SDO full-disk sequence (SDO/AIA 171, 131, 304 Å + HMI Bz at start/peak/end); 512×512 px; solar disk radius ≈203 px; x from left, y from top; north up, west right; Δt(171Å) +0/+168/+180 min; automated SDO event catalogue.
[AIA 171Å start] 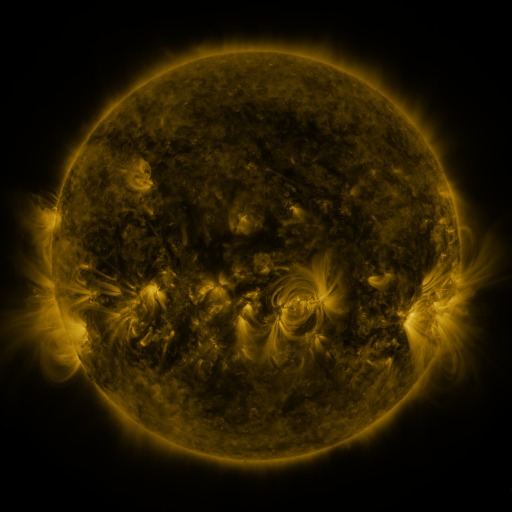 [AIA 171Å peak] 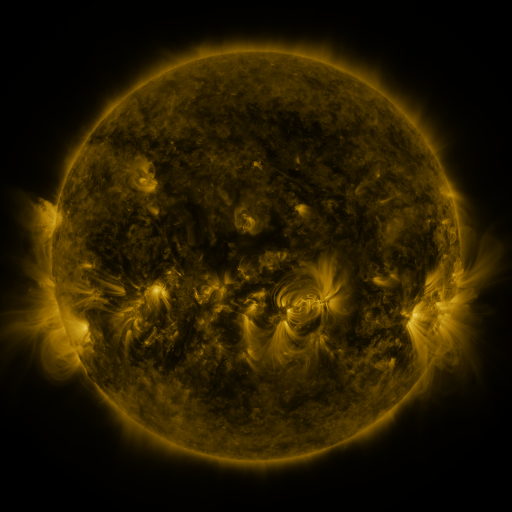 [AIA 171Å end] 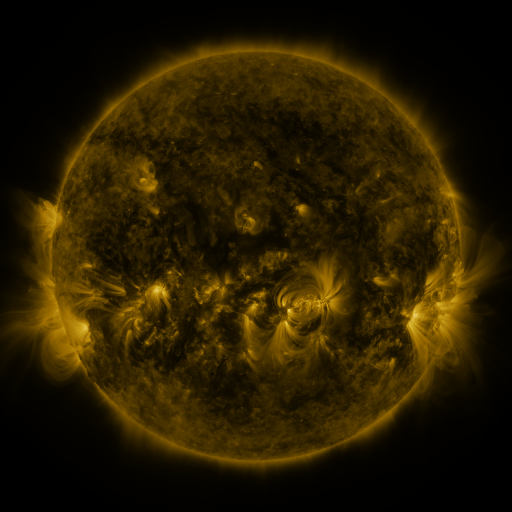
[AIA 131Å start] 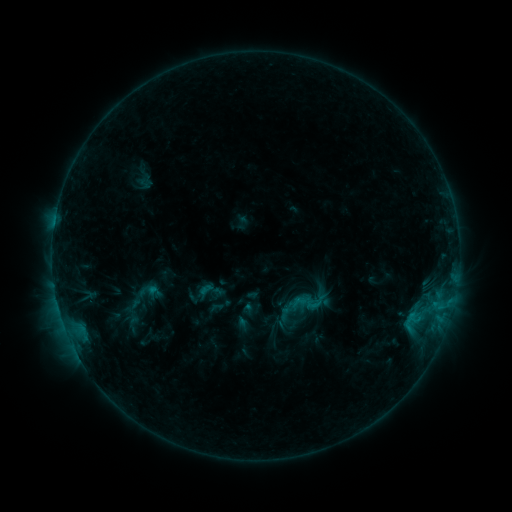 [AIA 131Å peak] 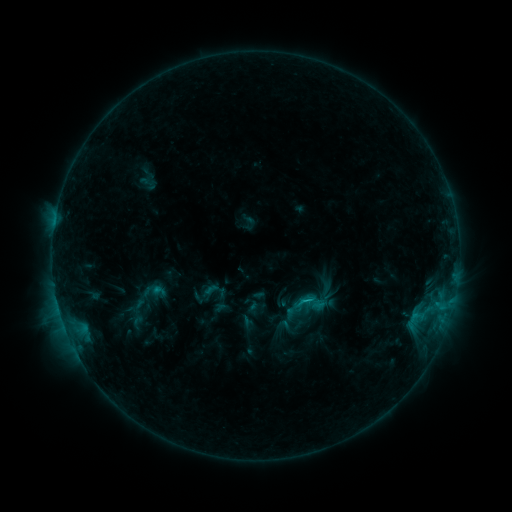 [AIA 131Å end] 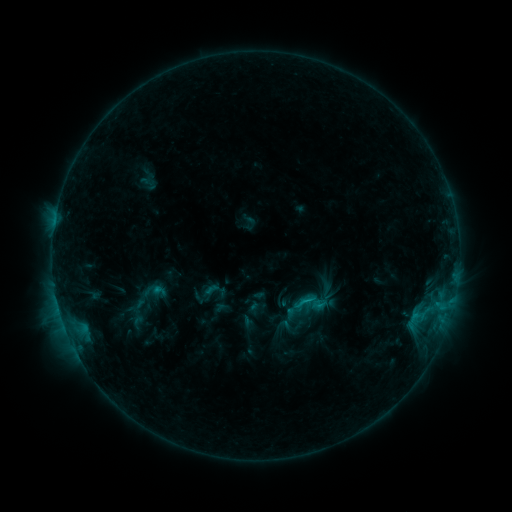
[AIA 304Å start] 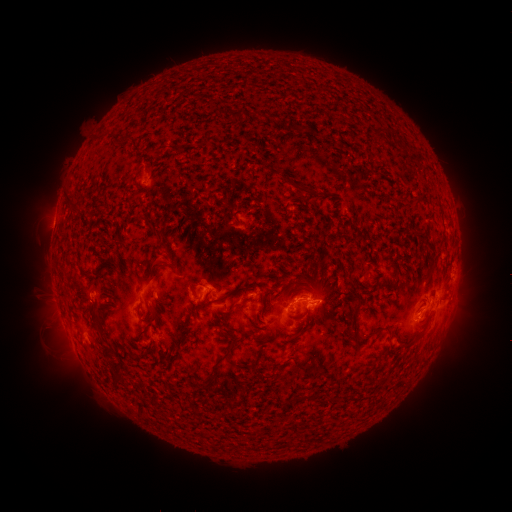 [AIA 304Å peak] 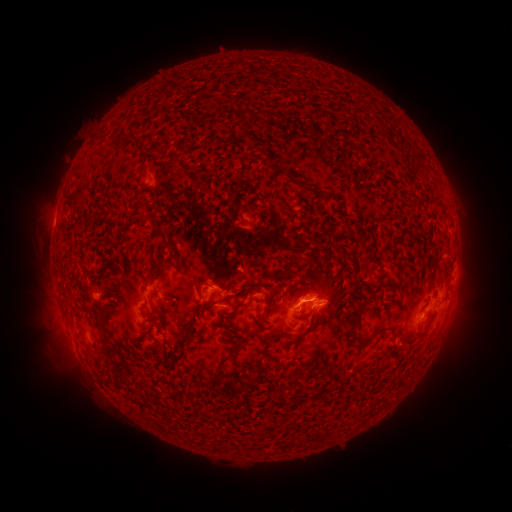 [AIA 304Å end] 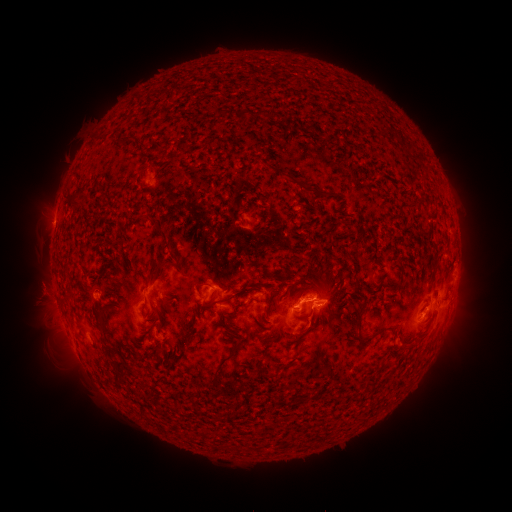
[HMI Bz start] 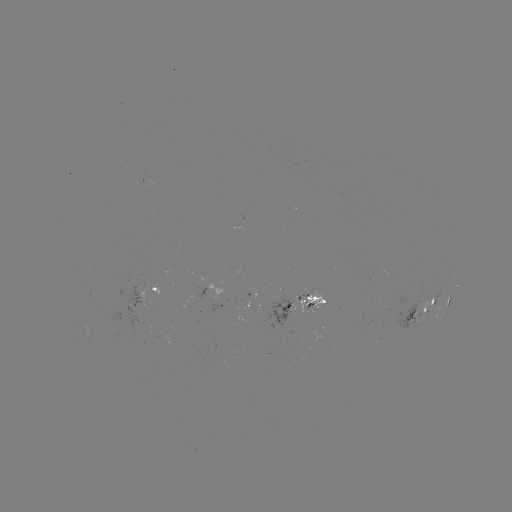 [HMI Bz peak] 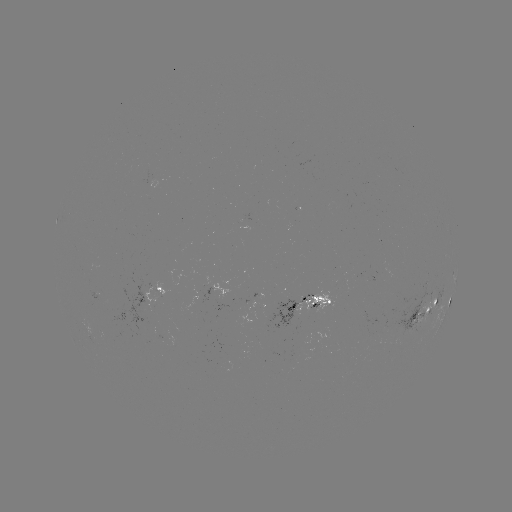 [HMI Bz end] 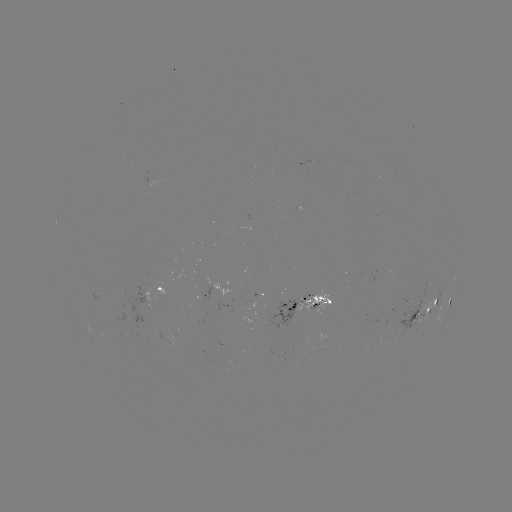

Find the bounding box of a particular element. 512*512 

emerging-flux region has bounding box [294, 291, 330, 318].